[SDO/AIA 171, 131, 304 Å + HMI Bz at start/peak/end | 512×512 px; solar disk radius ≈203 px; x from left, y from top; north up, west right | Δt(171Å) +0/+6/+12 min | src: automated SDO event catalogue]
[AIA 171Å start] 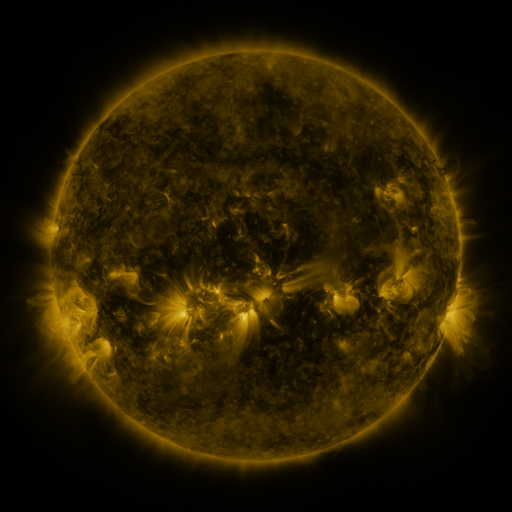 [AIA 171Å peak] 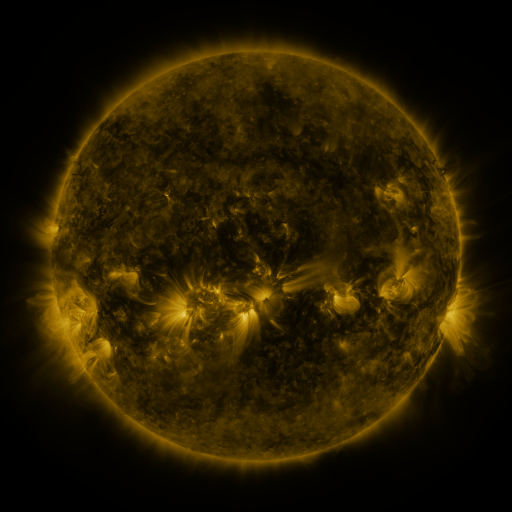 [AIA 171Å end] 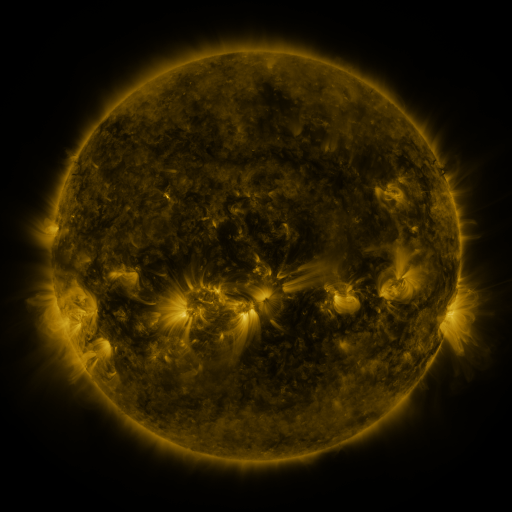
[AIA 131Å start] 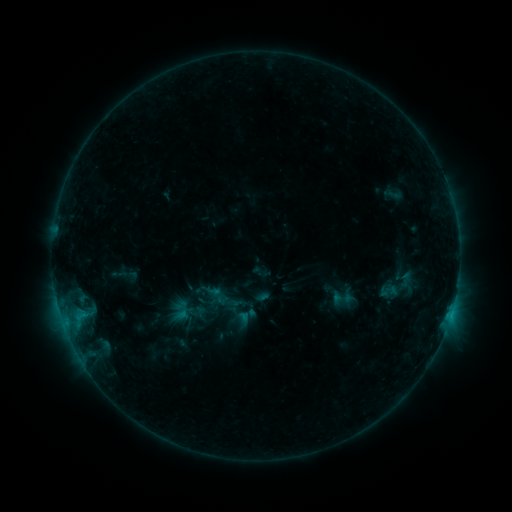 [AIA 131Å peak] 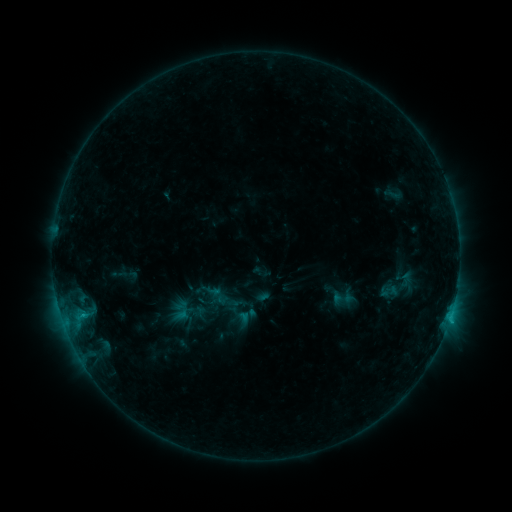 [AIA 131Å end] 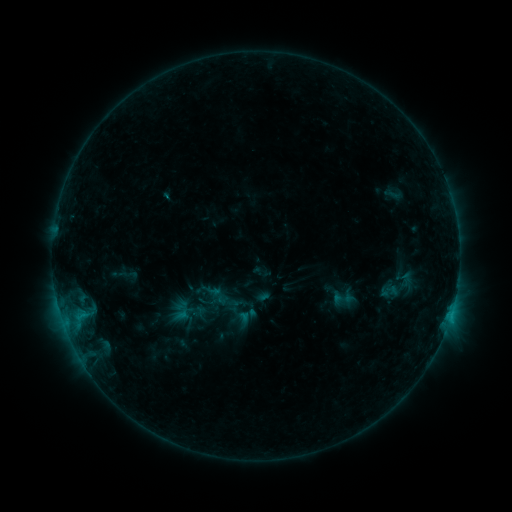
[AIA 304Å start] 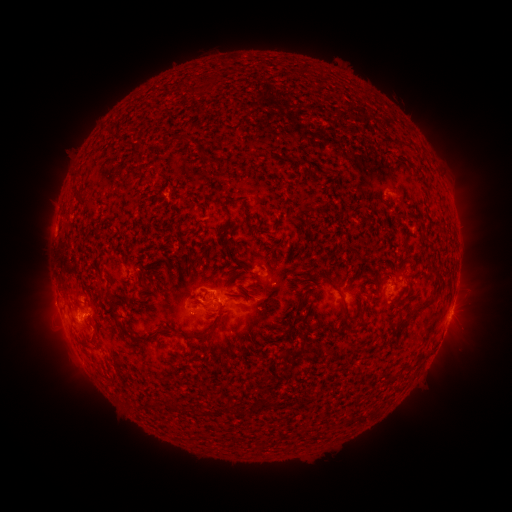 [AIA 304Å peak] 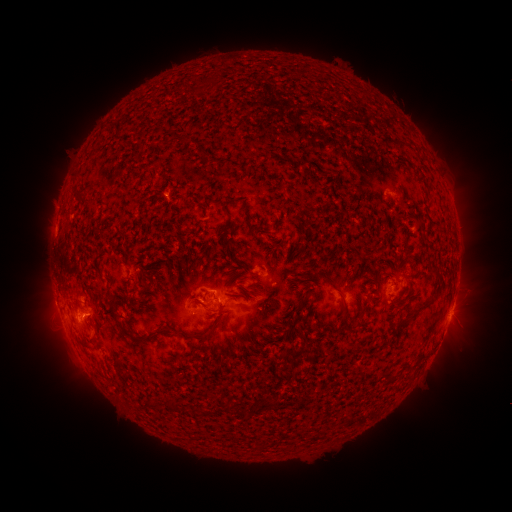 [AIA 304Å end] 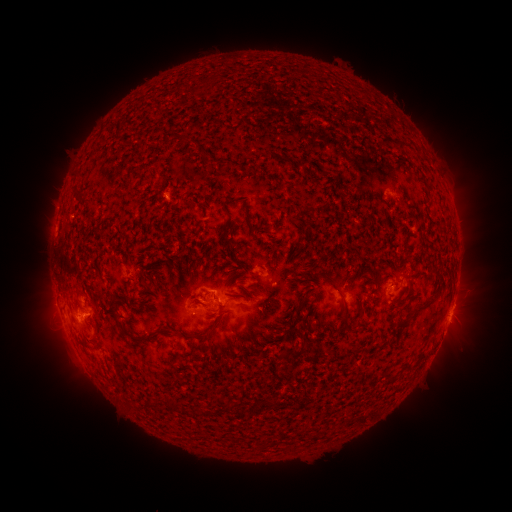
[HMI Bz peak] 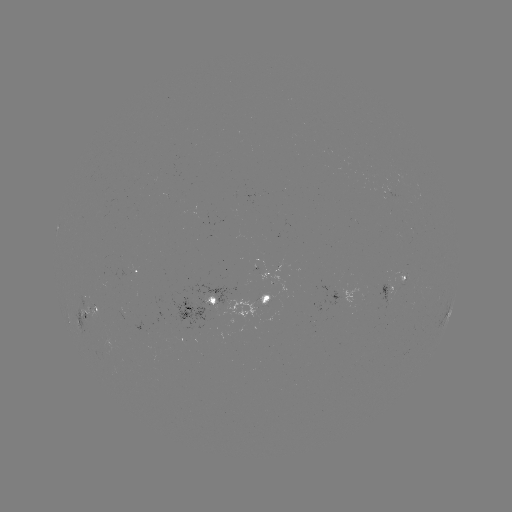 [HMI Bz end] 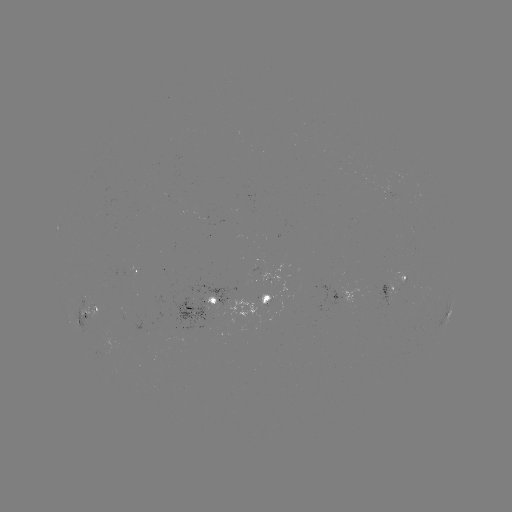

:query B7.2 flare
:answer (450, 315)